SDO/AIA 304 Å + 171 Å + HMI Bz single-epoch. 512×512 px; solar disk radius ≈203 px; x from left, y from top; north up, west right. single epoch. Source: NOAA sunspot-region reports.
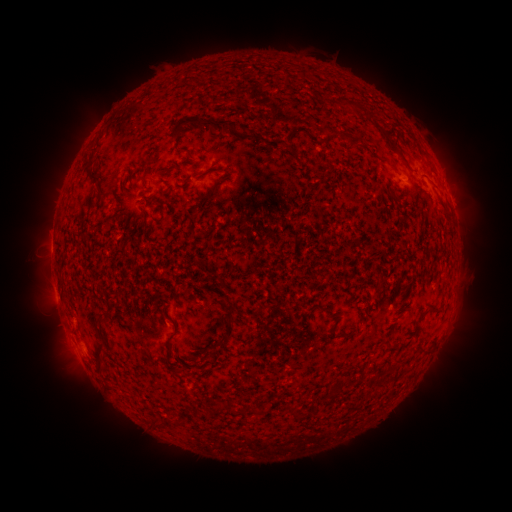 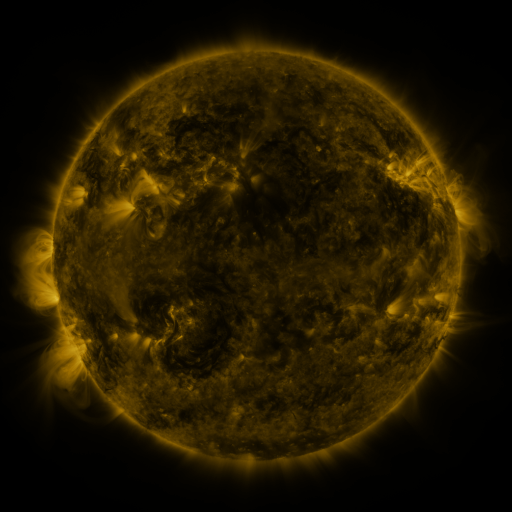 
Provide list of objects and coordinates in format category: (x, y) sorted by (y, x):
spotted active region: (406, 180)
spotted active region: (452, 203)
